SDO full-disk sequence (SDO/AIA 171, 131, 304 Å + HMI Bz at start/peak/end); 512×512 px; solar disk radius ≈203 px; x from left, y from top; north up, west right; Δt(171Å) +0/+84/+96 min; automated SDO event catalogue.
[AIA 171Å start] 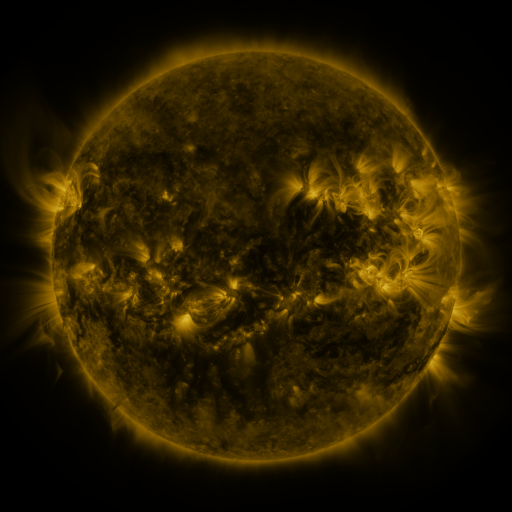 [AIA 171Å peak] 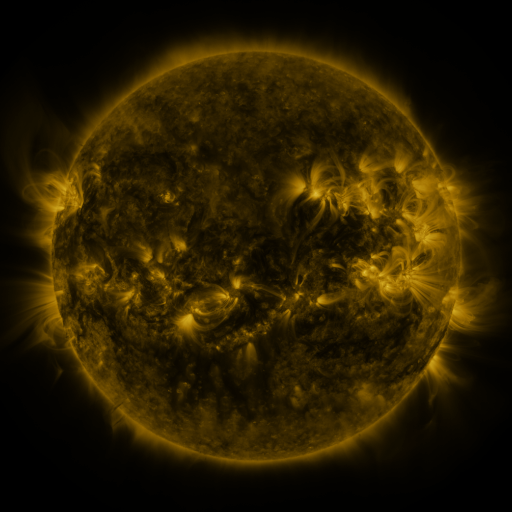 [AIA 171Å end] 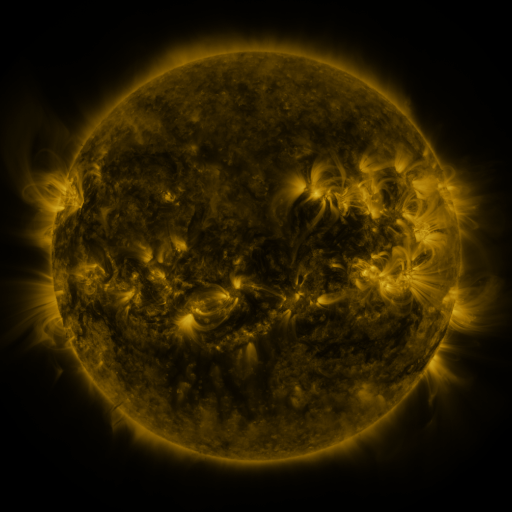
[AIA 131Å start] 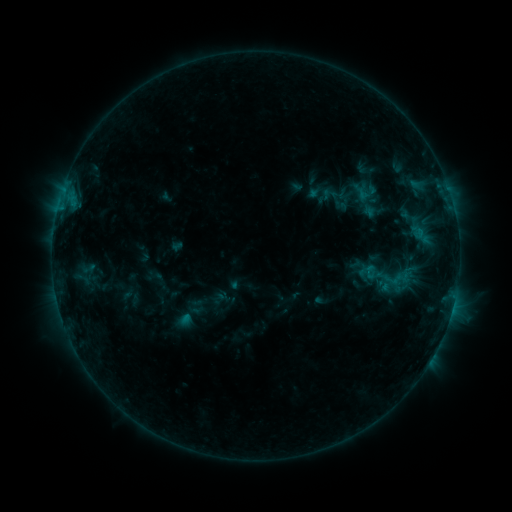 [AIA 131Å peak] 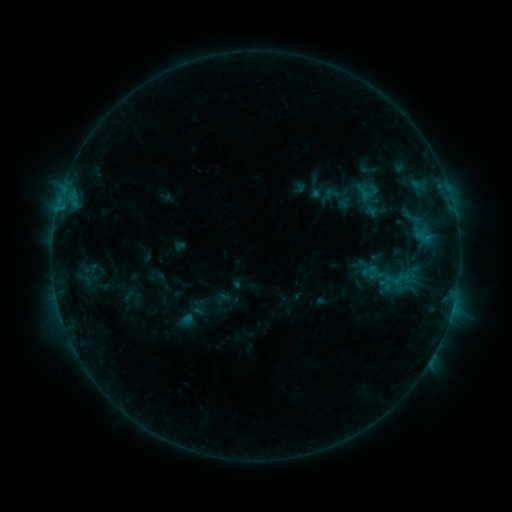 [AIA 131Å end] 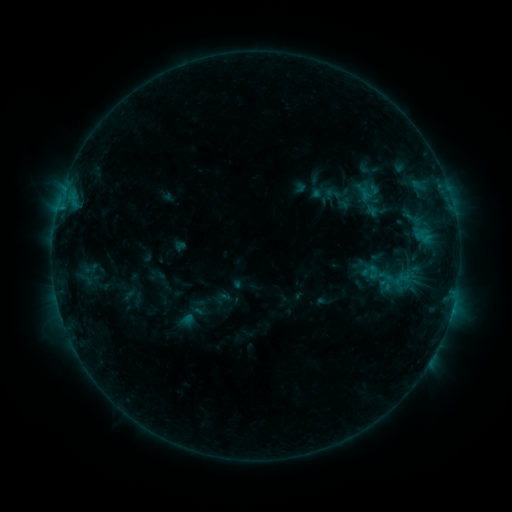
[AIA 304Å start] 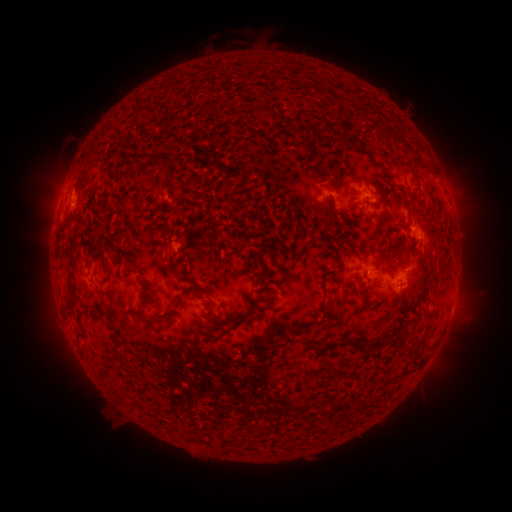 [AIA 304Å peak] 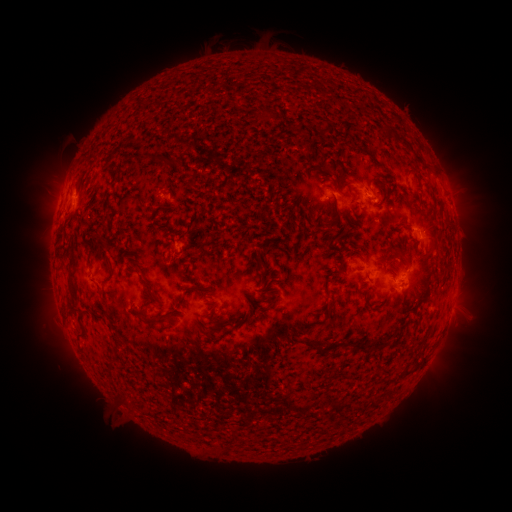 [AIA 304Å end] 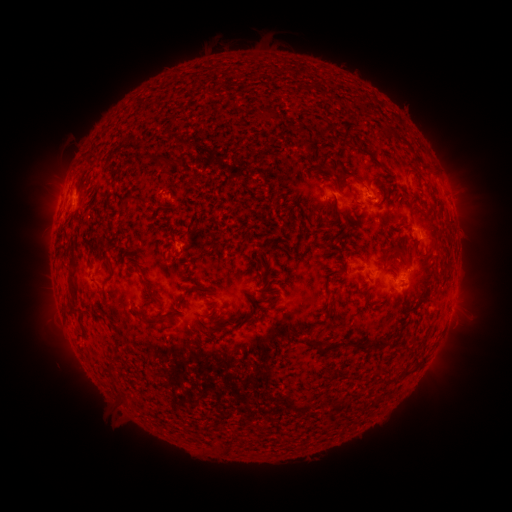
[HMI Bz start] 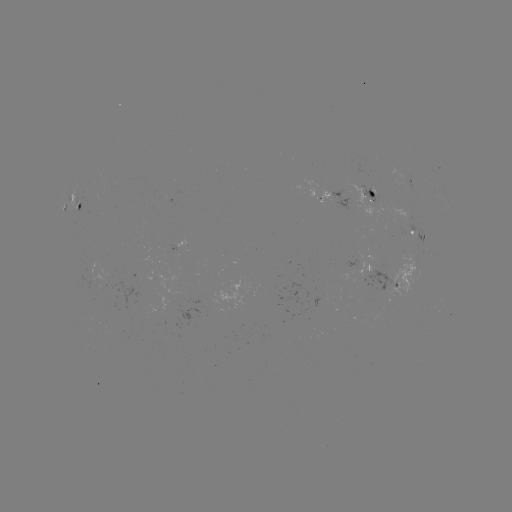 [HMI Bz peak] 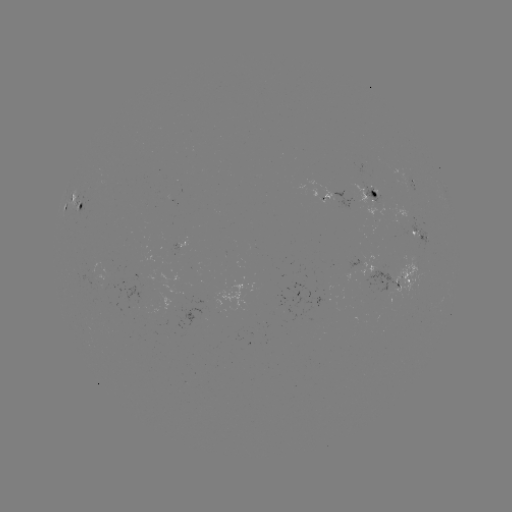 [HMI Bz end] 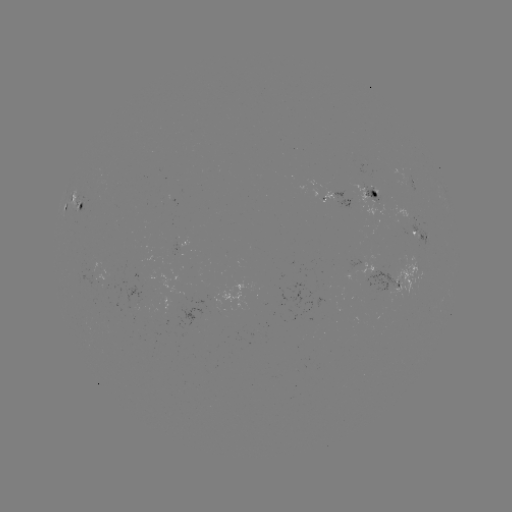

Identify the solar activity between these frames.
emerging-flux region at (199, 307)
